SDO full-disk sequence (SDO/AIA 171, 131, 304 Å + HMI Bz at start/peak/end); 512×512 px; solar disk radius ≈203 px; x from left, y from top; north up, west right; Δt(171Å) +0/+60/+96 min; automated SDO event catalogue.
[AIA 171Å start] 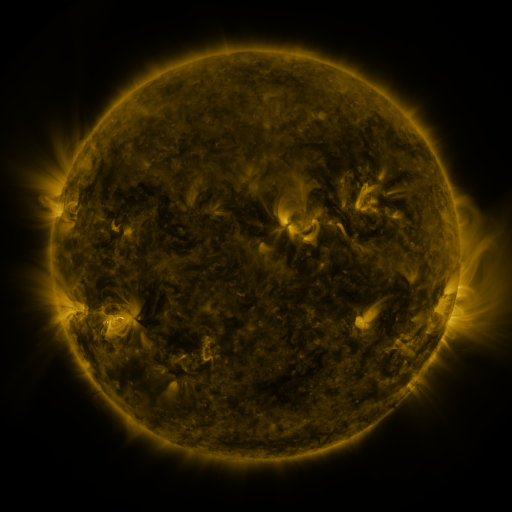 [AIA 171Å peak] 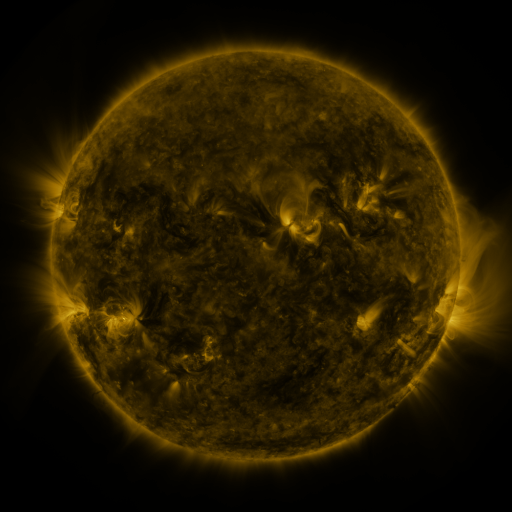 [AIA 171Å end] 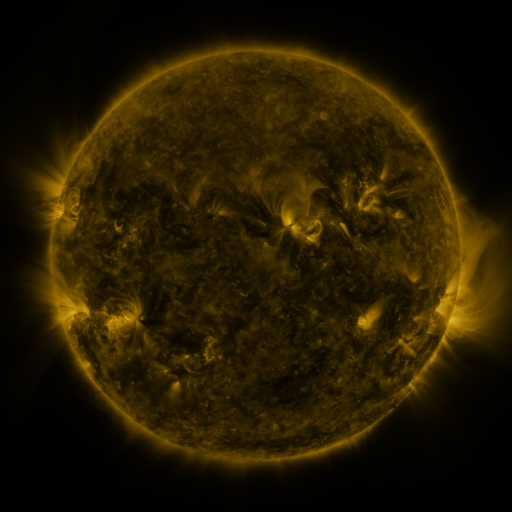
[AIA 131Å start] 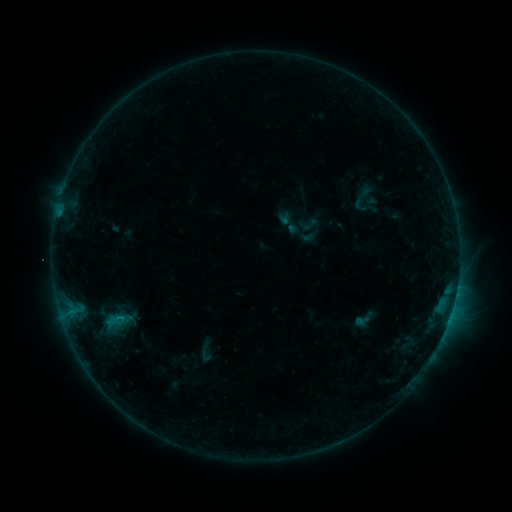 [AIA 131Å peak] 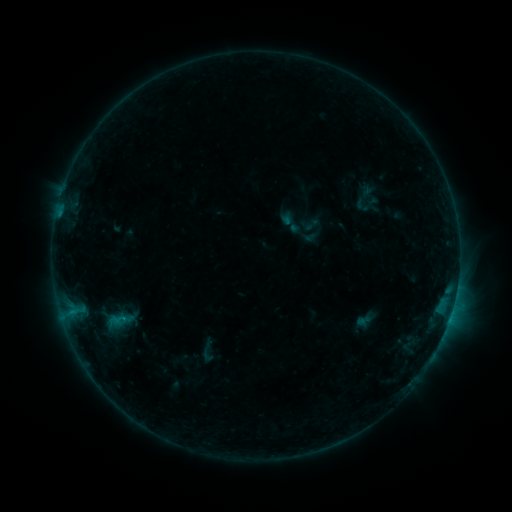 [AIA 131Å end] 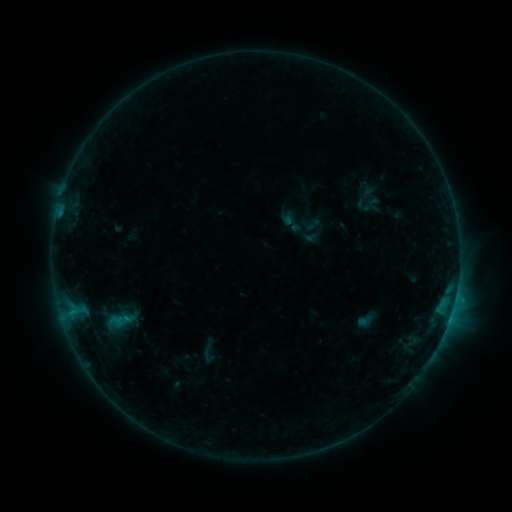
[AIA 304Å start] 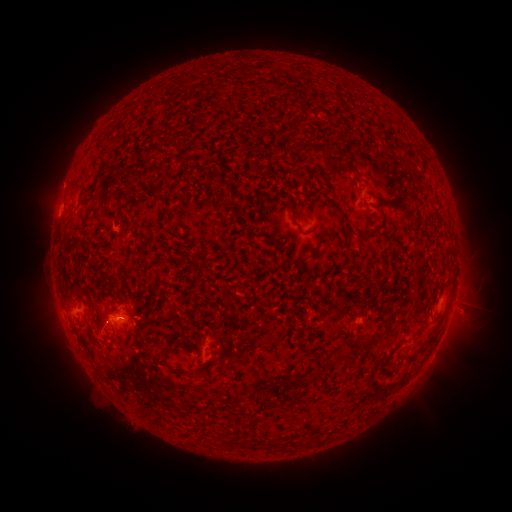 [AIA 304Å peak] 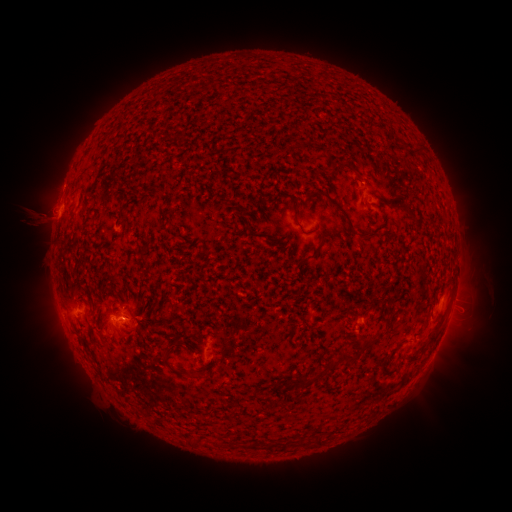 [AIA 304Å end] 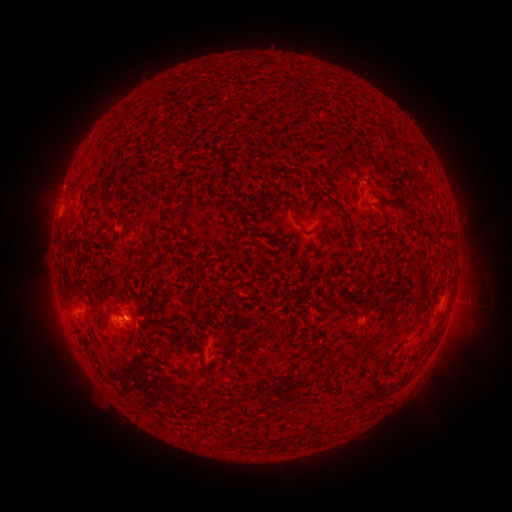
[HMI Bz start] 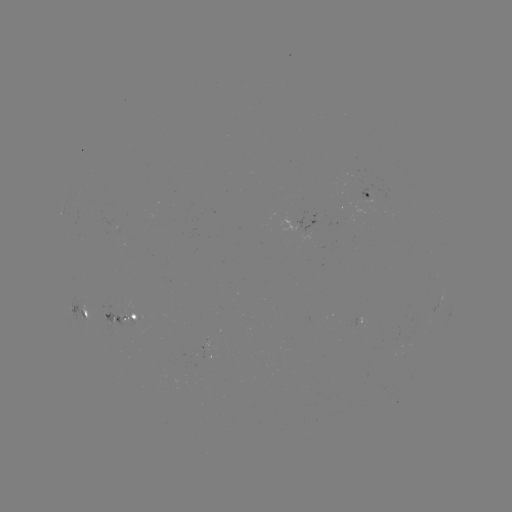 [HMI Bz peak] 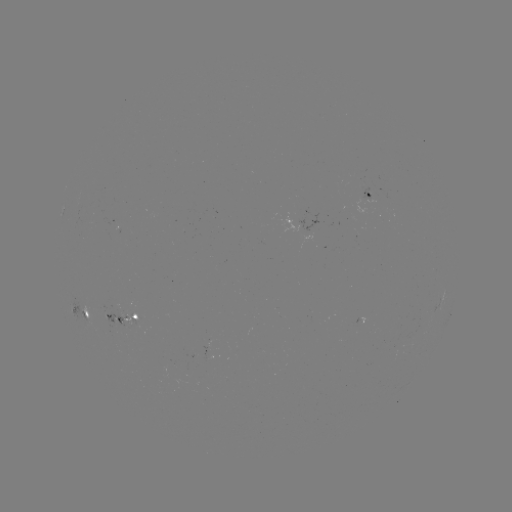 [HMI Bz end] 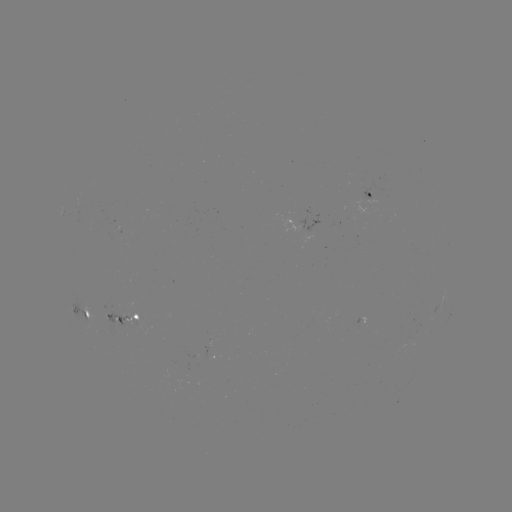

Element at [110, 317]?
emerging-flux region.